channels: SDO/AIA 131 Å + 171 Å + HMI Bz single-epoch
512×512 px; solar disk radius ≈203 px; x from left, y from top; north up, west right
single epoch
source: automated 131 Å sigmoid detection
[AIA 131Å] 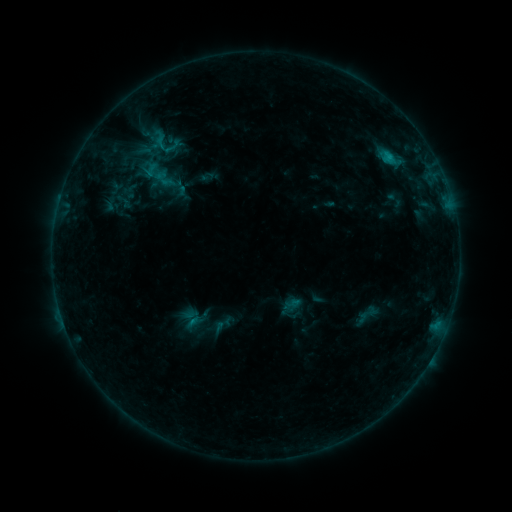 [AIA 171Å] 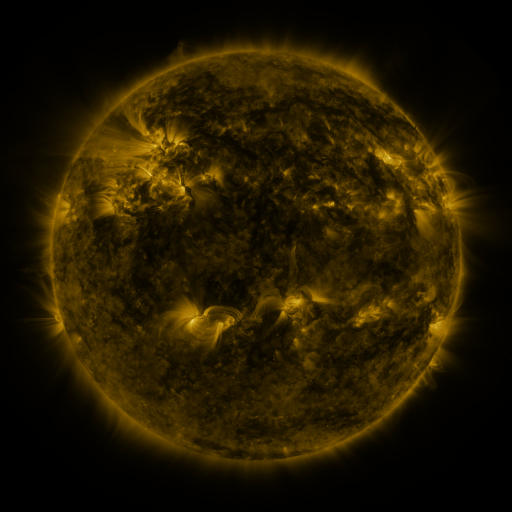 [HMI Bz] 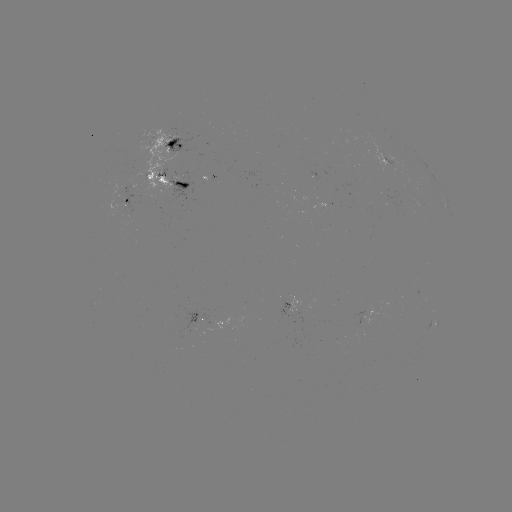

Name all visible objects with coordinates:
sigmoid: (172, 147)
sigmoid: (368, 315)
